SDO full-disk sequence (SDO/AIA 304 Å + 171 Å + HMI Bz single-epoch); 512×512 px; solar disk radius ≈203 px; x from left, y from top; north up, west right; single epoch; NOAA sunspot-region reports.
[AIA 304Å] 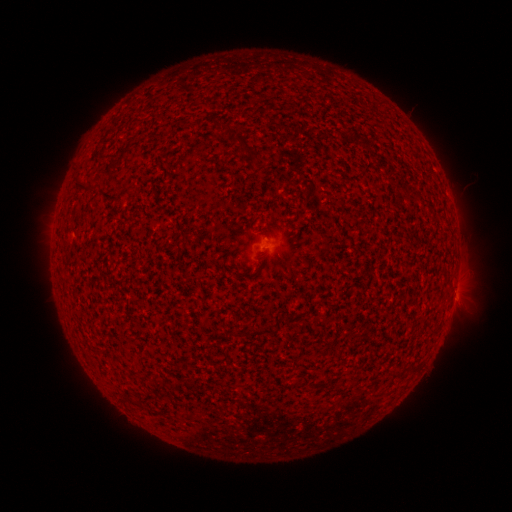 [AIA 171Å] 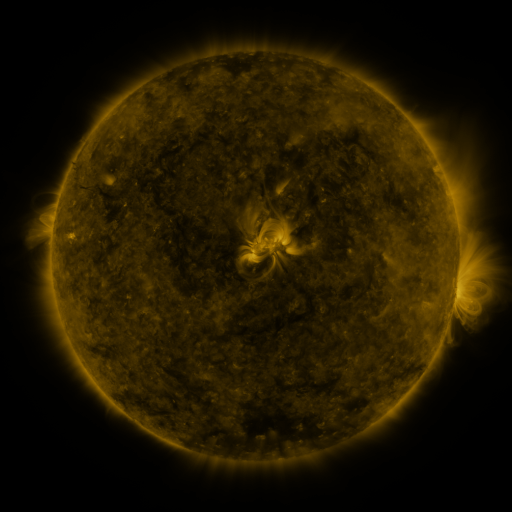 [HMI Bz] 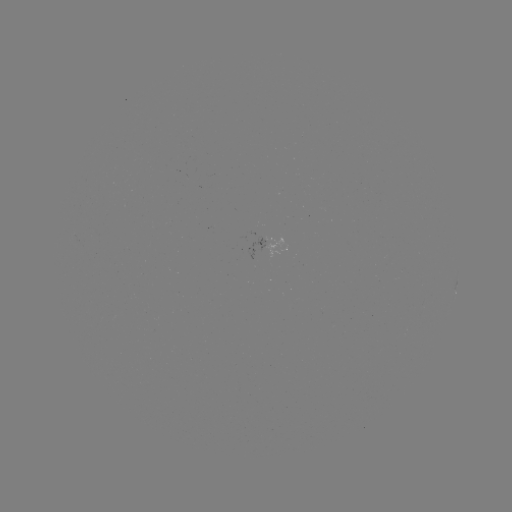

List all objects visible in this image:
spotted active region: (270, 244)
spotted active region: (456, 287)
